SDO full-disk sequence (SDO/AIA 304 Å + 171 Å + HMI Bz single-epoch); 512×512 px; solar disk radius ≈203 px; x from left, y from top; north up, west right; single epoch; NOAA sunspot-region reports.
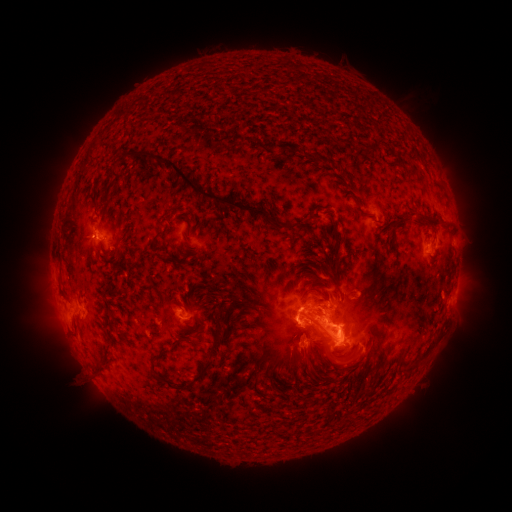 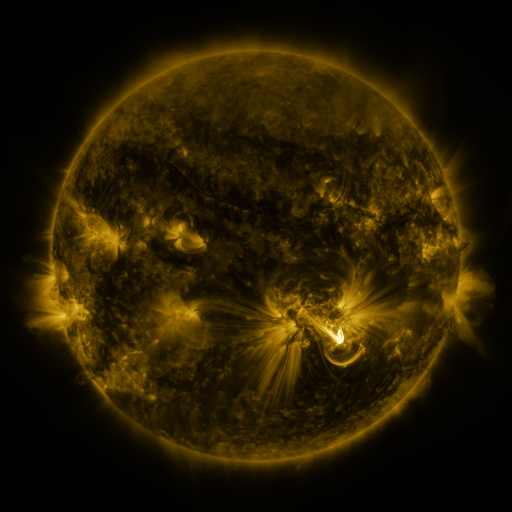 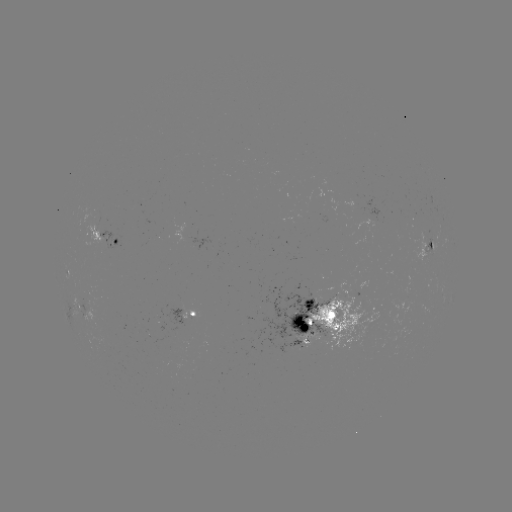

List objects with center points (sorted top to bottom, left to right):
spotted active region: (108, 239)
spotted active region: (429, 240)
spotted active region: (70, 273)
spotted active region: (456, 283)
spotted active region: (80, 306)
spotted active region: (191, 314)
spotted active region: (327, 314)
